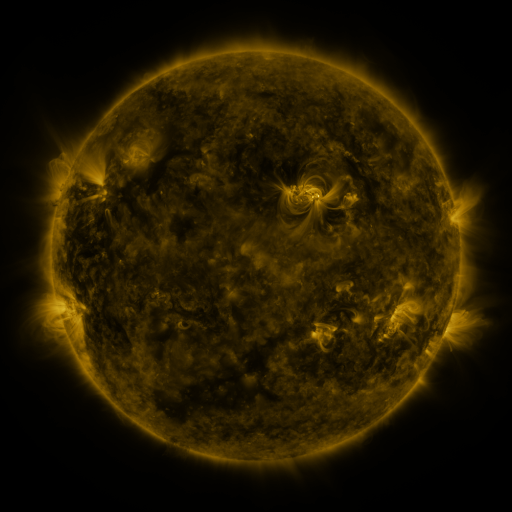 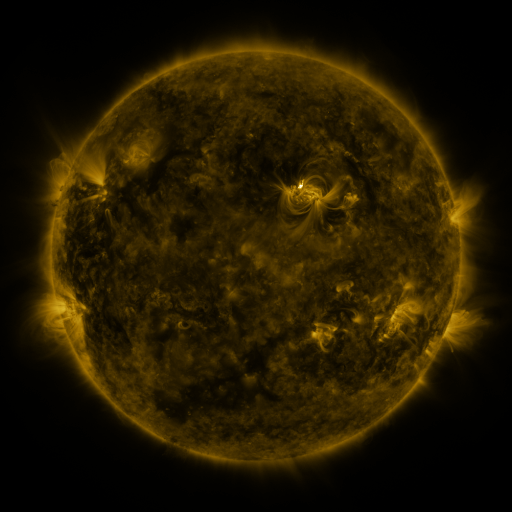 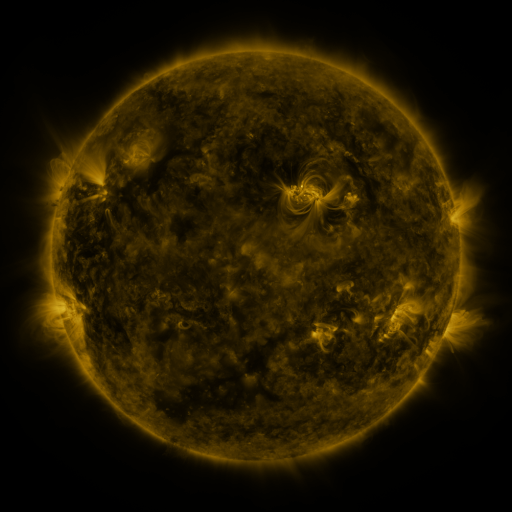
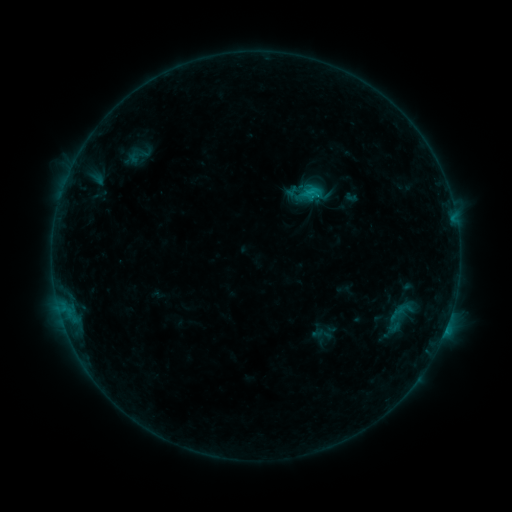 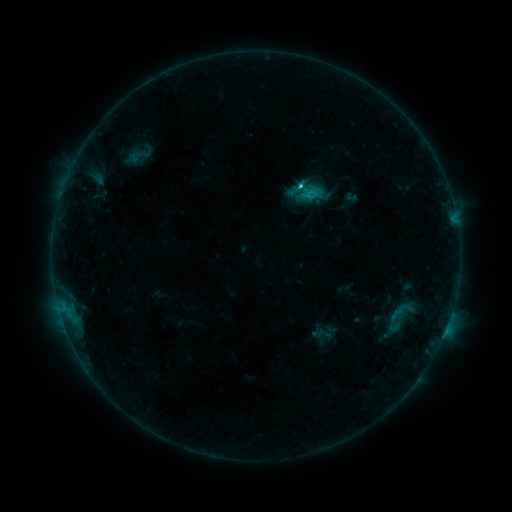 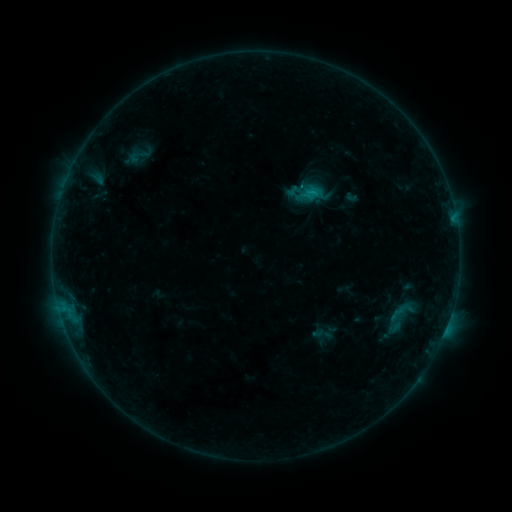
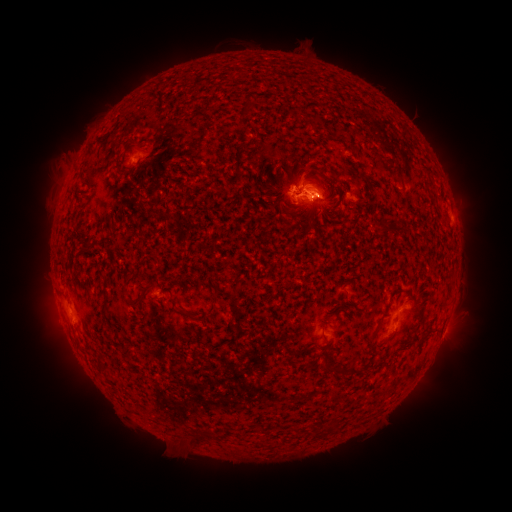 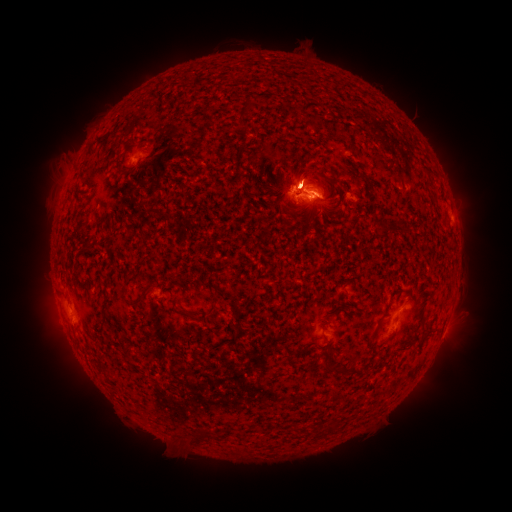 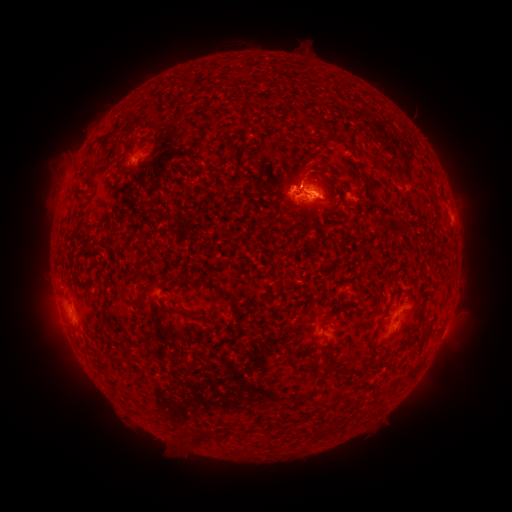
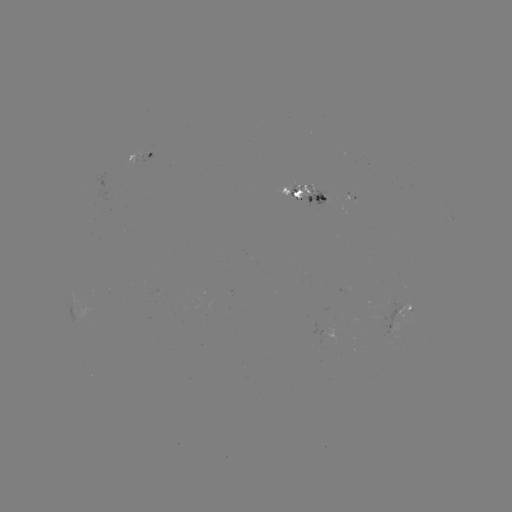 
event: flare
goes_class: C1.8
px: (314, 196)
